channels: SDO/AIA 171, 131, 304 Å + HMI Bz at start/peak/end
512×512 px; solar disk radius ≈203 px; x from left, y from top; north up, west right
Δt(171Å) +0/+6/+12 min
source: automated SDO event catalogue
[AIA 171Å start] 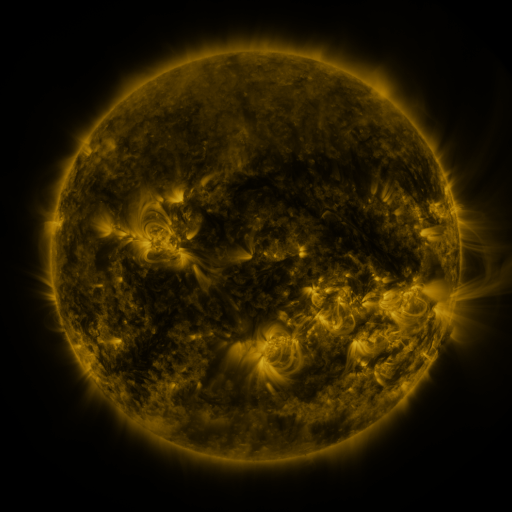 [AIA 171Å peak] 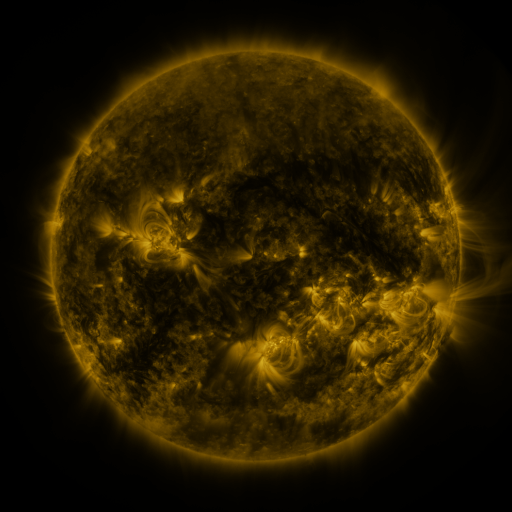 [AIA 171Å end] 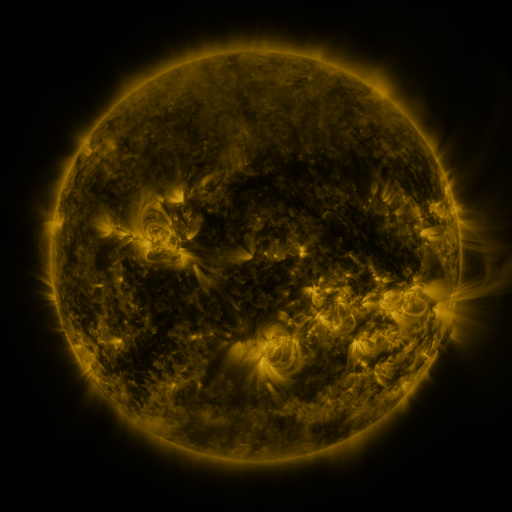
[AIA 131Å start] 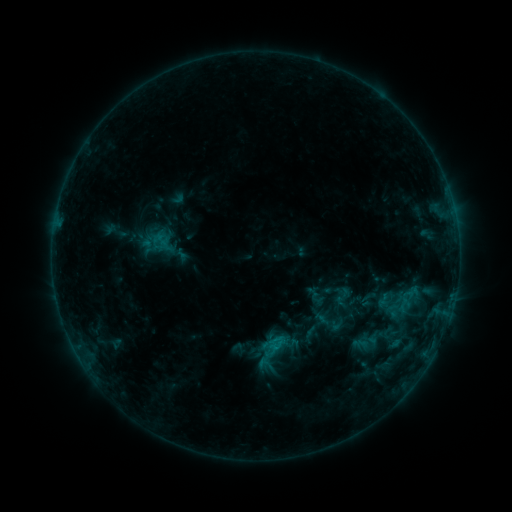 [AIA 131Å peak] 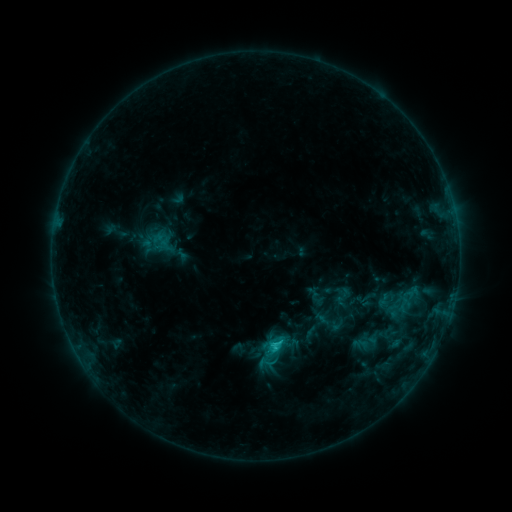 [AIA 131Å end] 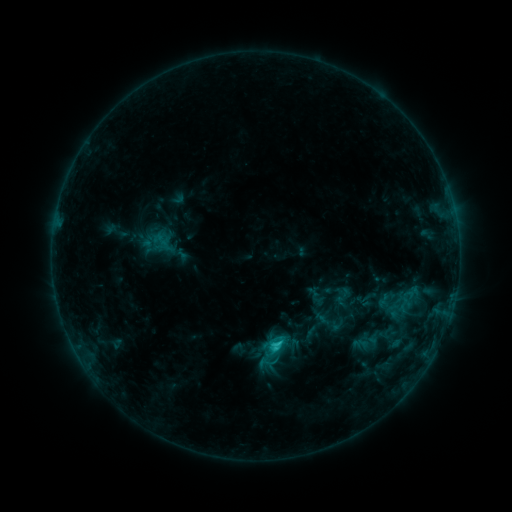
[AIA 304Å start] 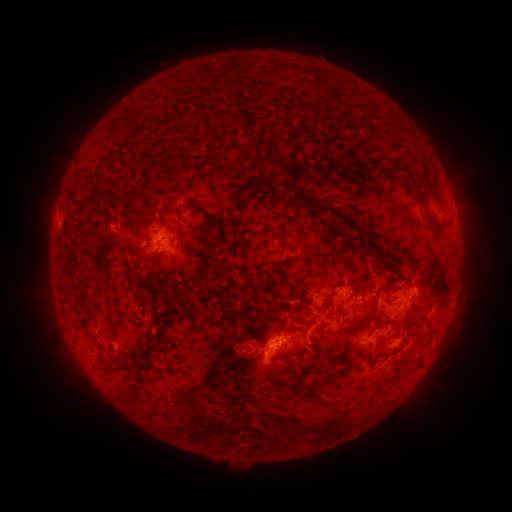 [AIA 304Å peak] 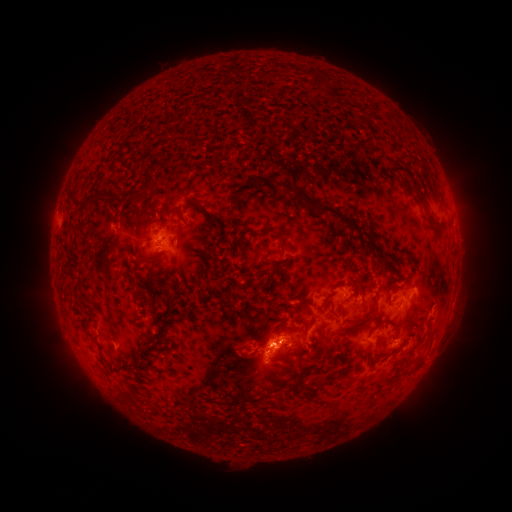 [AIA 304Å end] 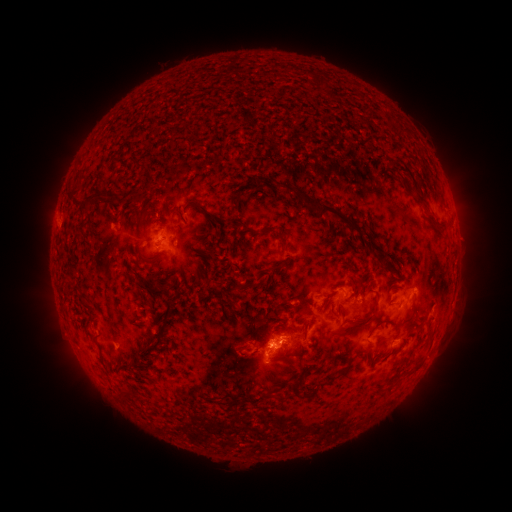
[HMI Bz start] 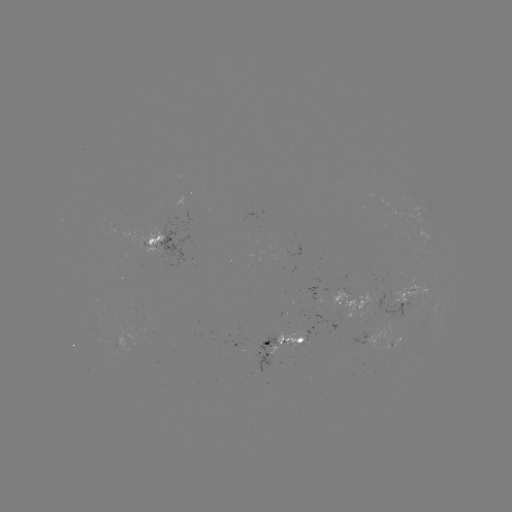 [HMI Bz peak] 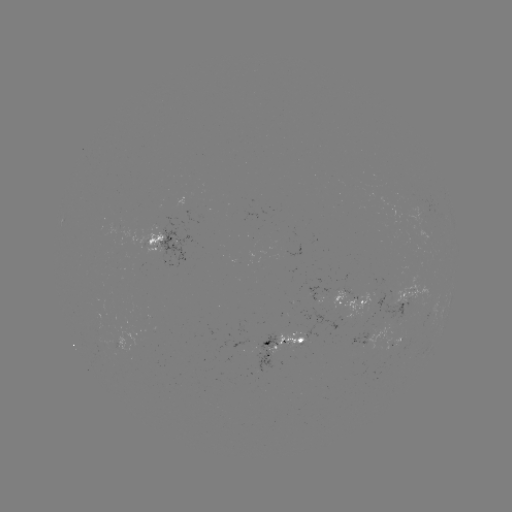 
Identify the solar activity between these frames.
C1.7 flare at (276, 342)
